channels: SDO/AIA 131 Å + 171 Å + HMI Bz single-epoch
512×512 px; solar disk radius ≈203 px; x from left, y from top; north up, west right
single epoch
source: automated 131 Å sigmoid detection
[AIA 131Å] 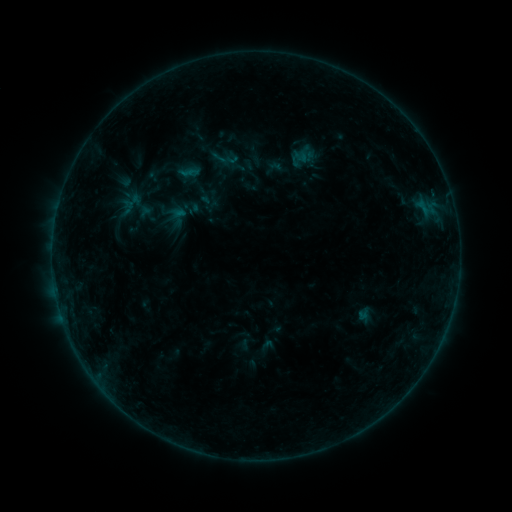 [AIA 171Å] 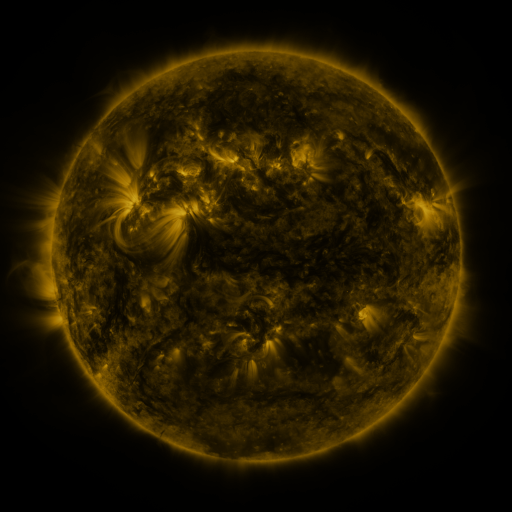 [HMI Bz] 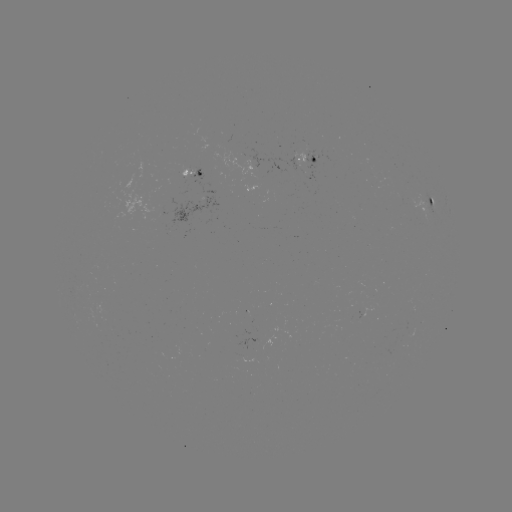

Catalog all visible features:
sigmoid: <bbox>206, 140, 240, 175</bbox>
